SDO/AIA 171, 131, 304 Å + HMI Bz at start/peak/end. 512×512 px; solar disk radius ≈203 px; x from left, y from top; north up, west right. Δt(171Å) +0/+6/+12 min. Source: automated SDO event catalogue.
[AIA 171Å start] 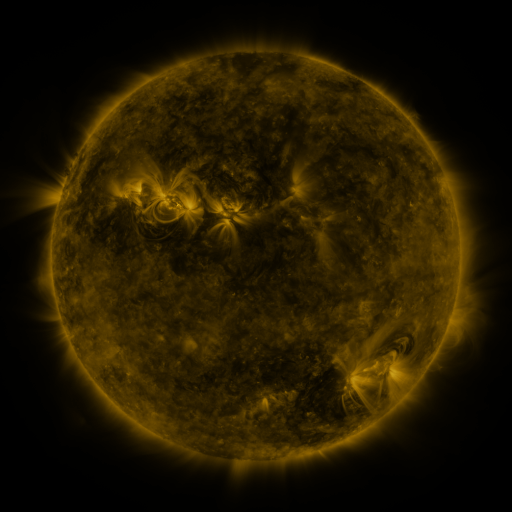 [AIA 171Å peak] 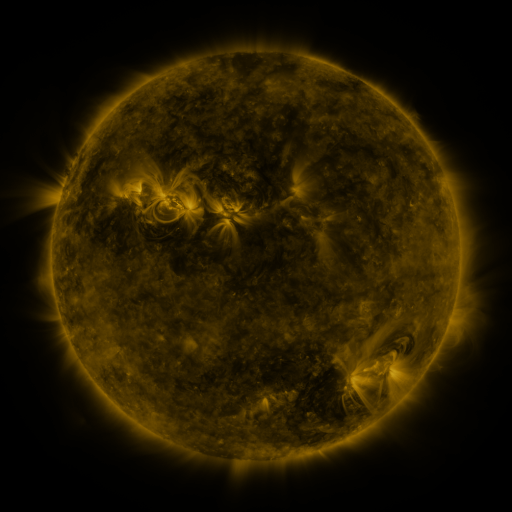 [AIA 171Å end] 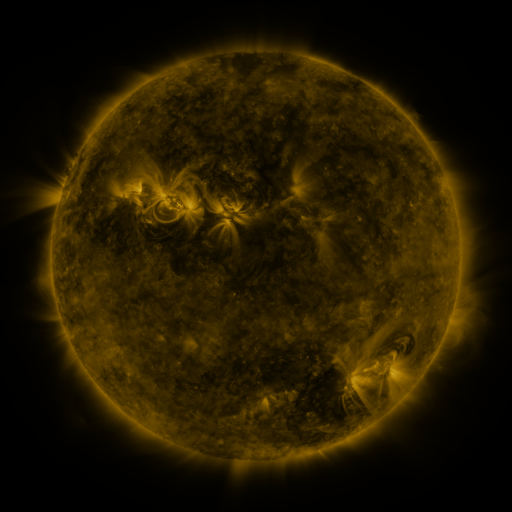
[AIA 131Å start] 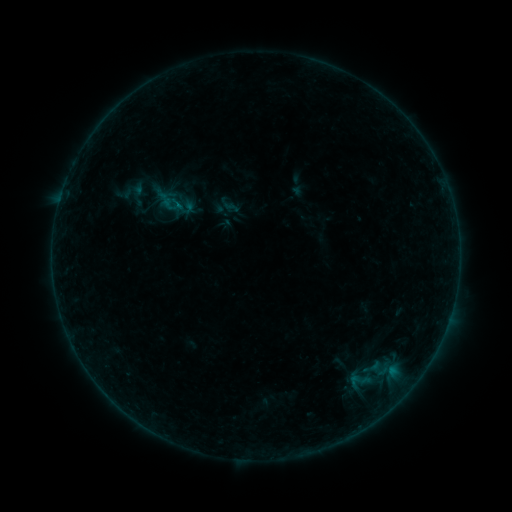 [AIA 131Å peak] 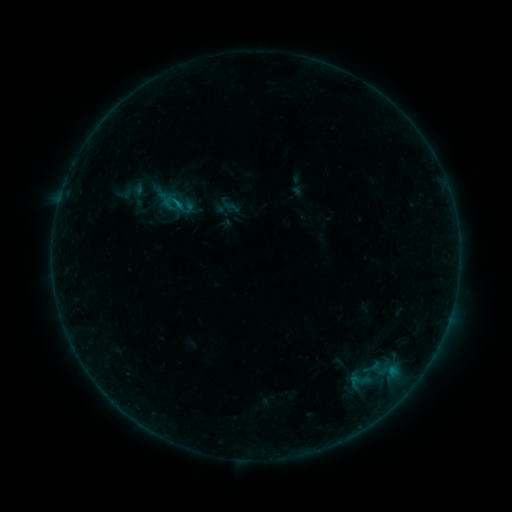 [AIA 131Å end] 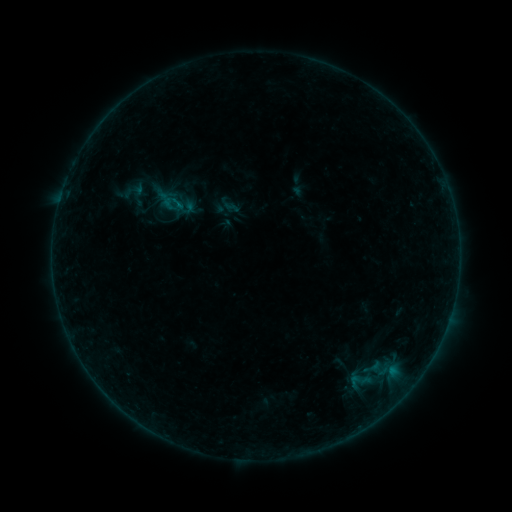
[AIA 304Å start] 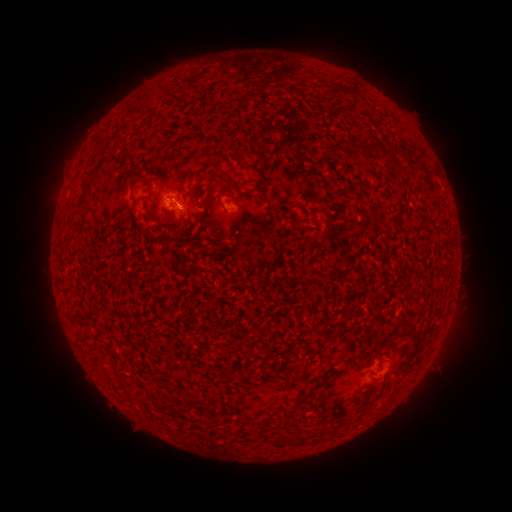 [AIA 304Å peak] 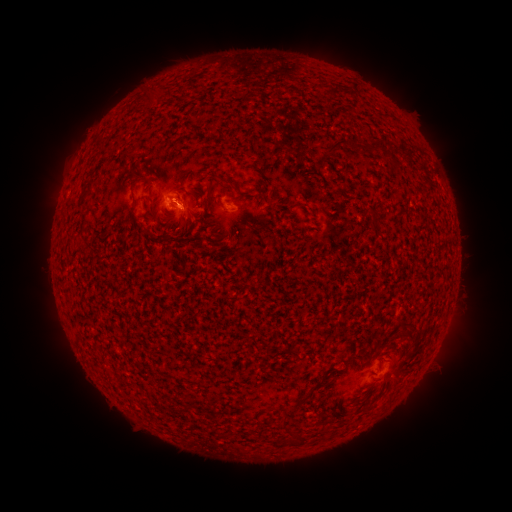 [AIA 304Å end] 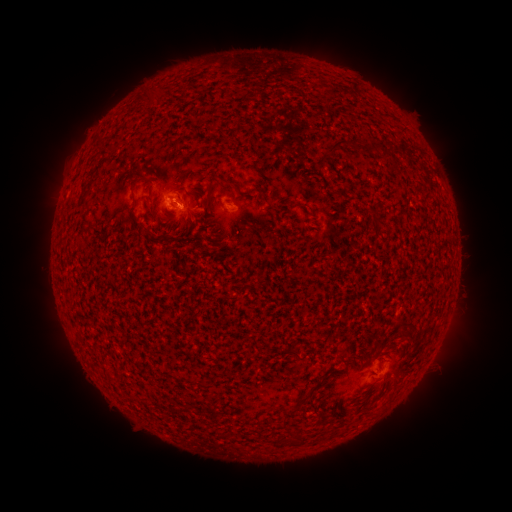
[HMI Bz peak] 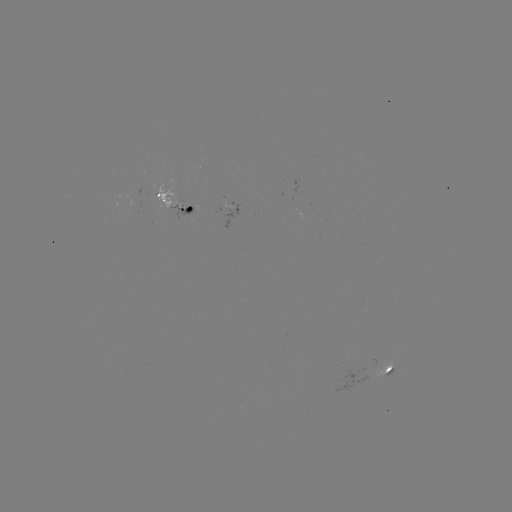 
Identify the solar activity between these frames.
B2.5 flare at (175, 204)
